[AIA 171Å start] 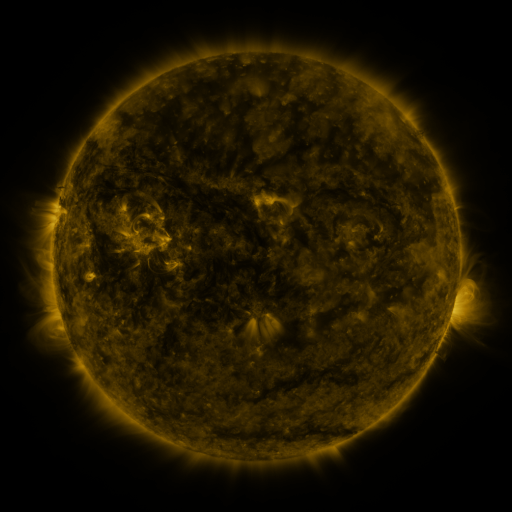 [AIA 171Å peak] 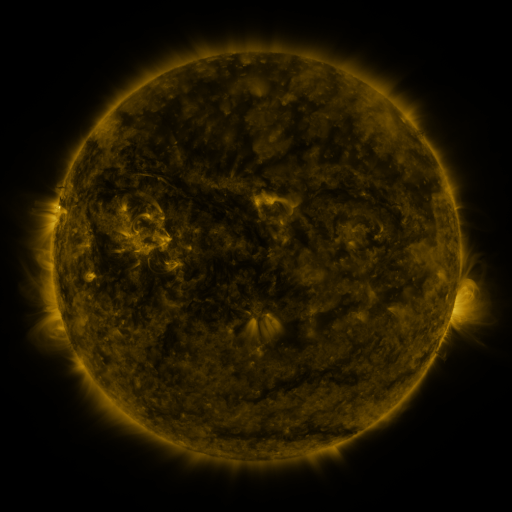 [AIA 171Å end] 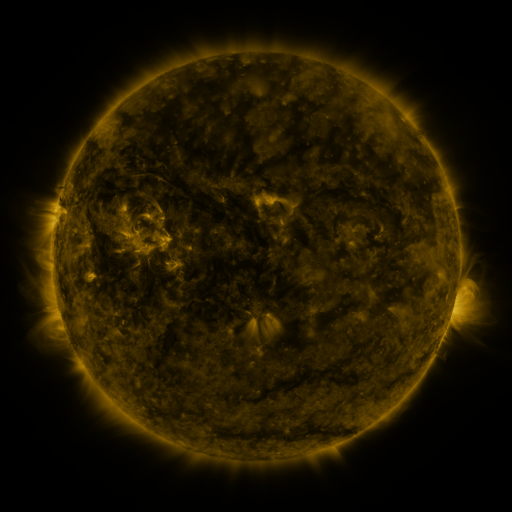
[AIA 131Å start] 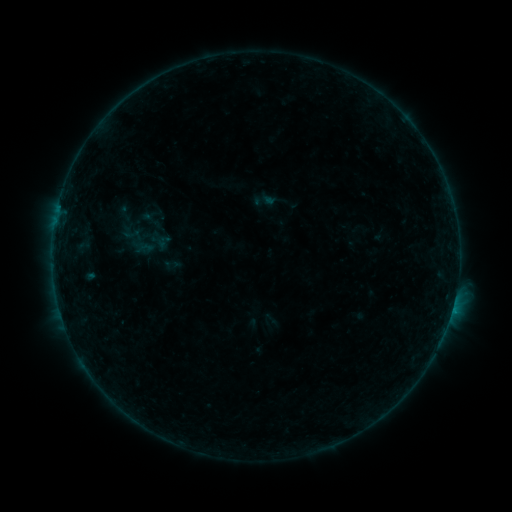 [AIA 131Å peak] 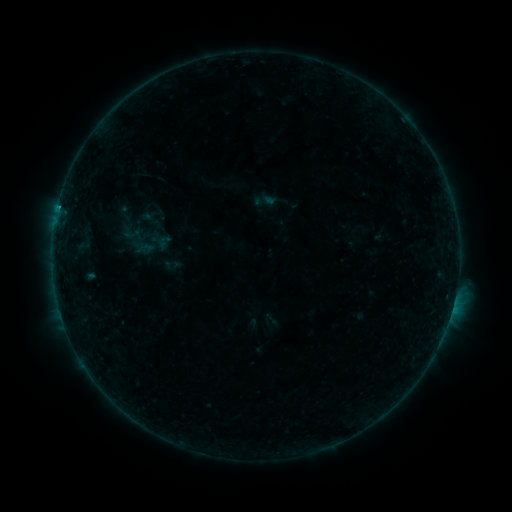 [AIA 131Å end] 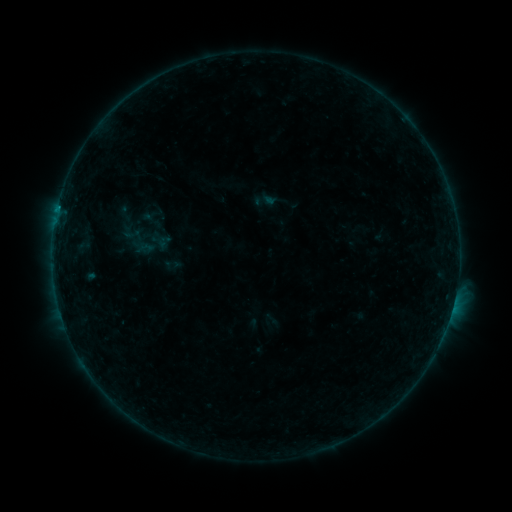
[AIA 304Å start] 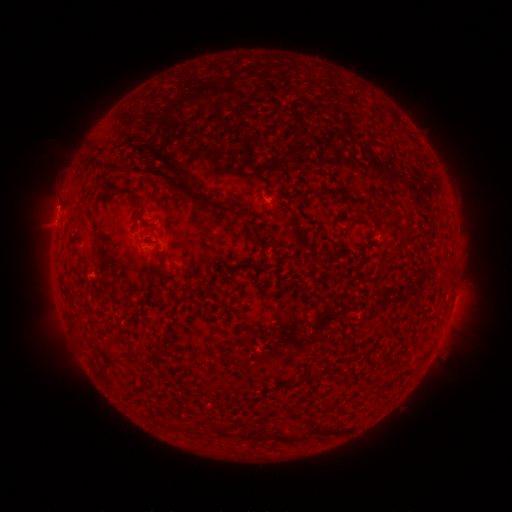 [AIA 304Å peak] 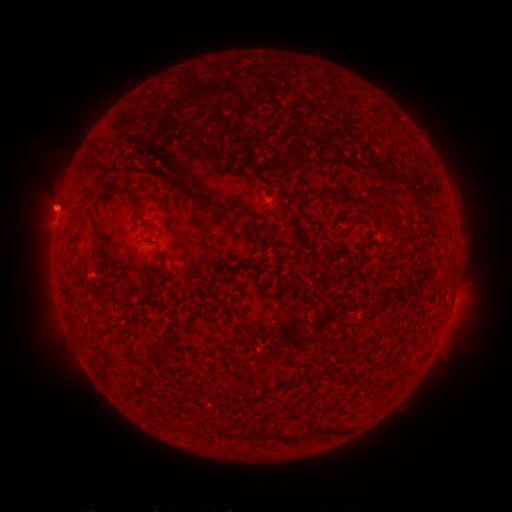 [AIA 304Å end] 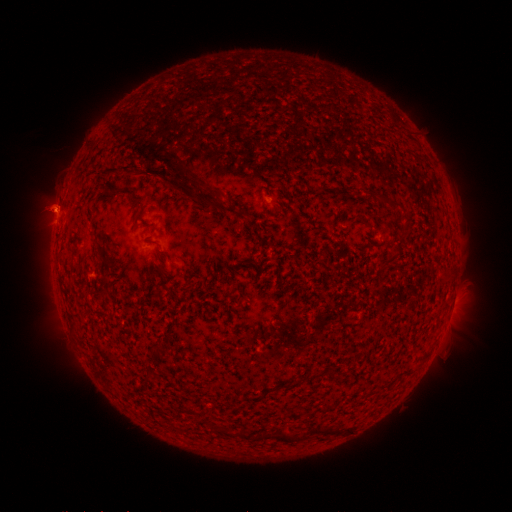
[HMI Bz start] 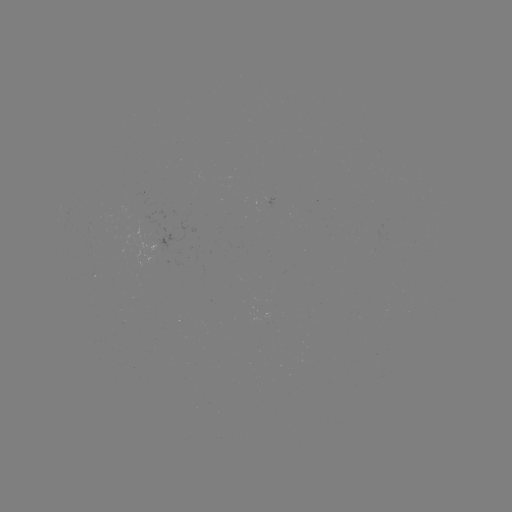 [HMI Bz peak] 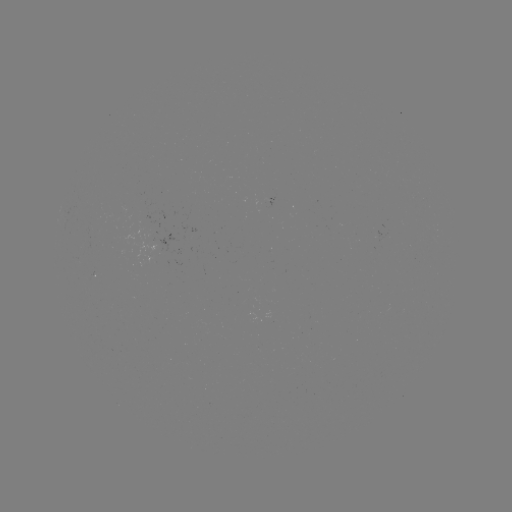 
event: flare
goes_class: B3.4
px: (58, 211)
